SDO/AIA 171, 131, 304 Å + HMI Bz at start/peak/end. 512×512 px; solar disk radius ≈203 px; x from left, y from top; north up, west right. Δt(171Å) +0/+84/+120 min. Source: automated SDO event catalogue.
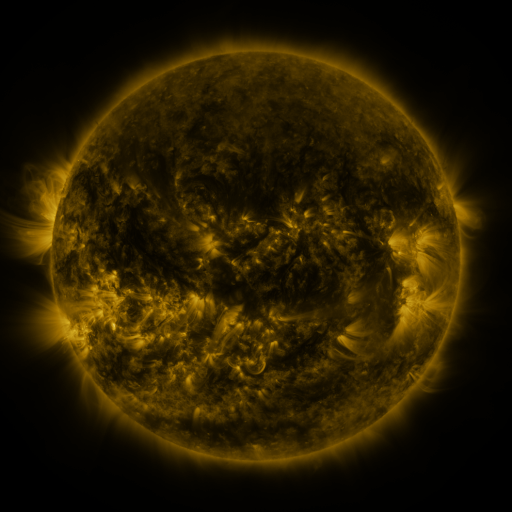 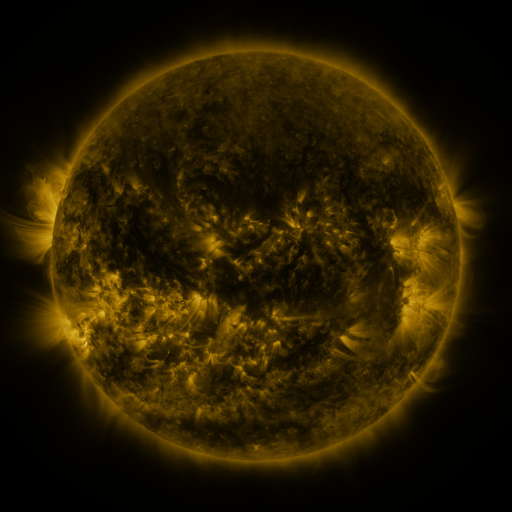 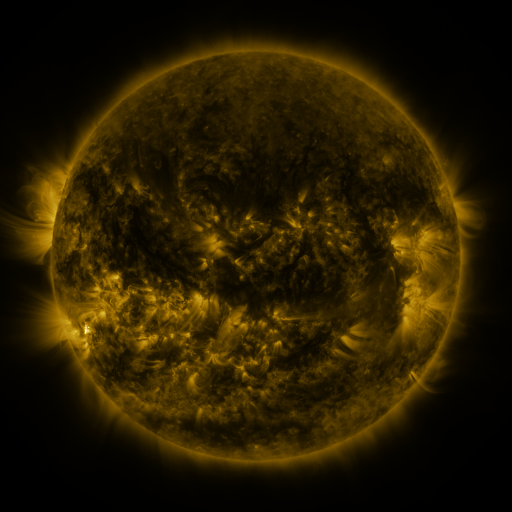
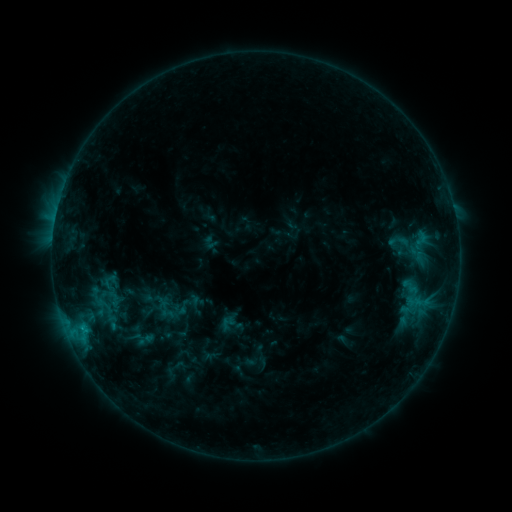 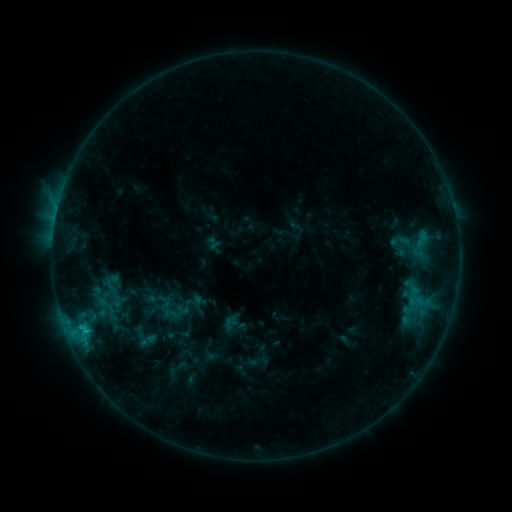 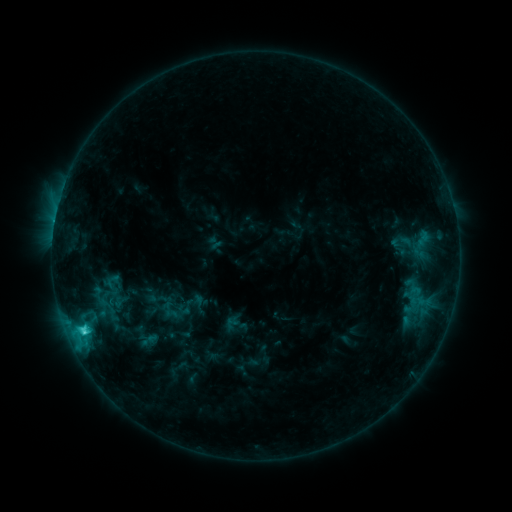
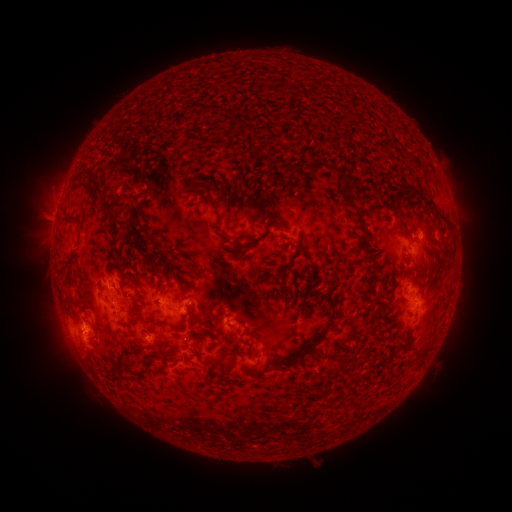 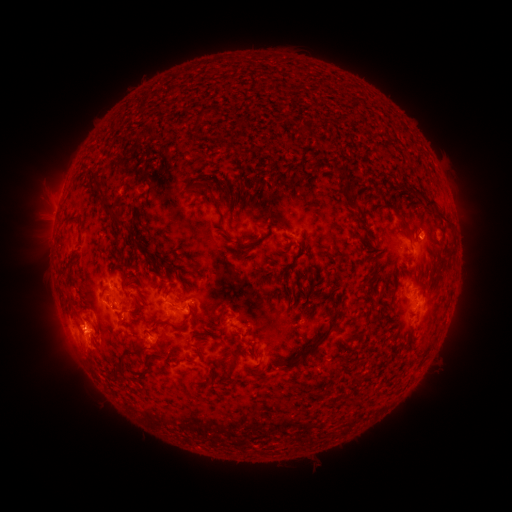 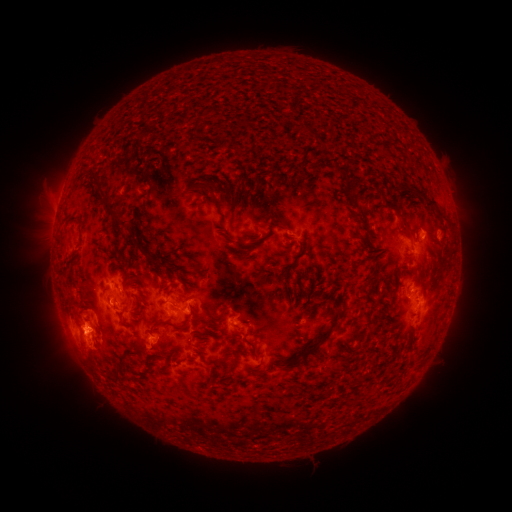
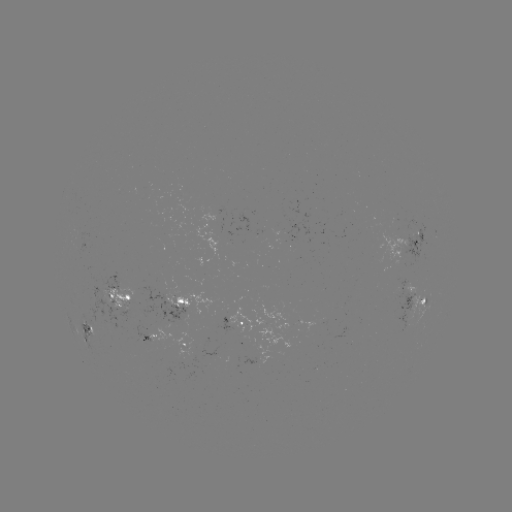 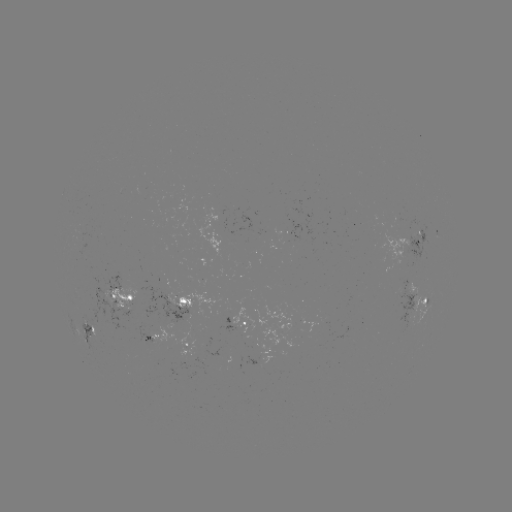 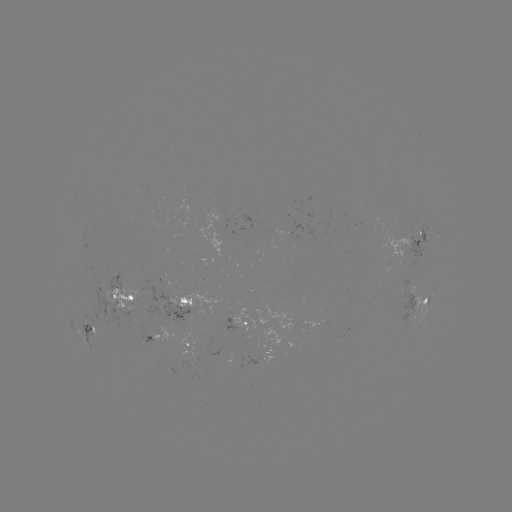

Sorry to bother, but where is emerging-flux region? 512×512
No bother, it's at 159,333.